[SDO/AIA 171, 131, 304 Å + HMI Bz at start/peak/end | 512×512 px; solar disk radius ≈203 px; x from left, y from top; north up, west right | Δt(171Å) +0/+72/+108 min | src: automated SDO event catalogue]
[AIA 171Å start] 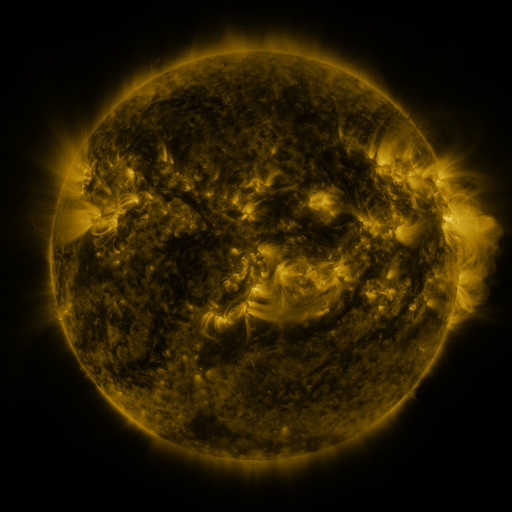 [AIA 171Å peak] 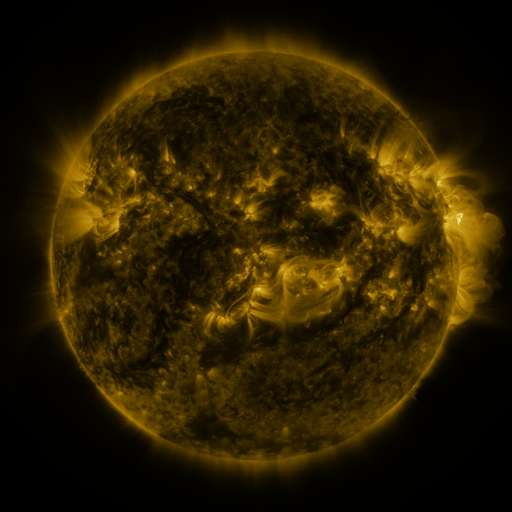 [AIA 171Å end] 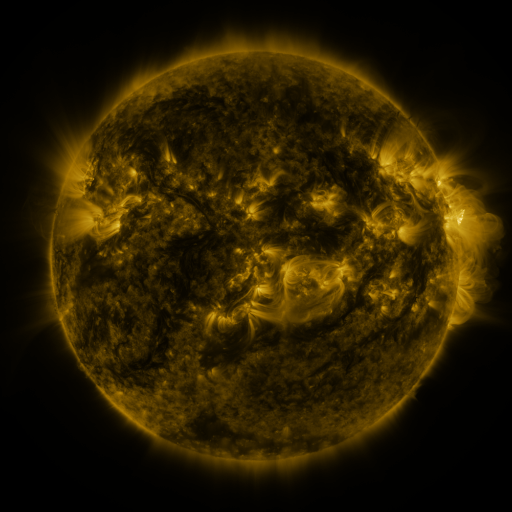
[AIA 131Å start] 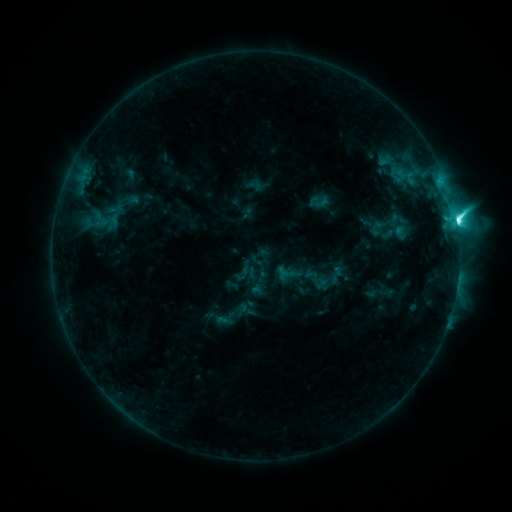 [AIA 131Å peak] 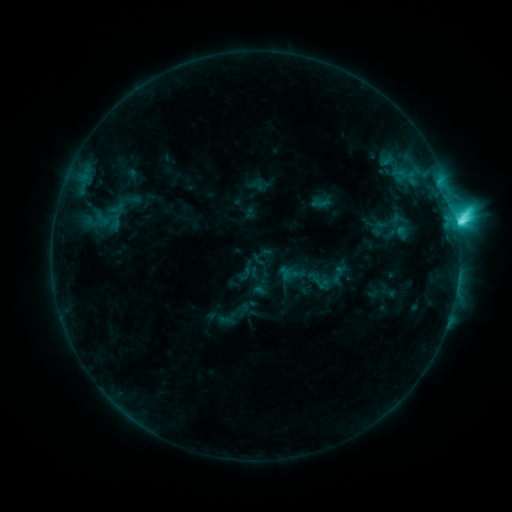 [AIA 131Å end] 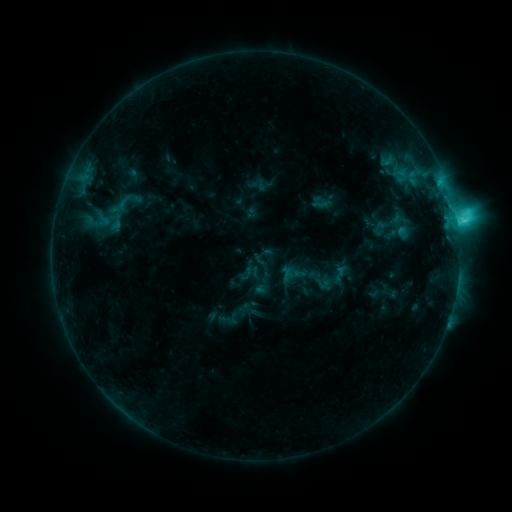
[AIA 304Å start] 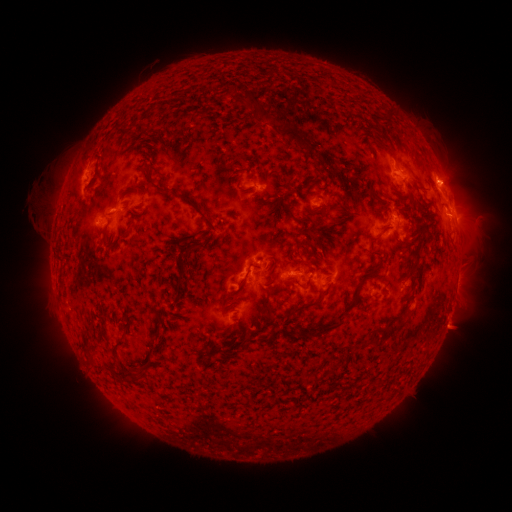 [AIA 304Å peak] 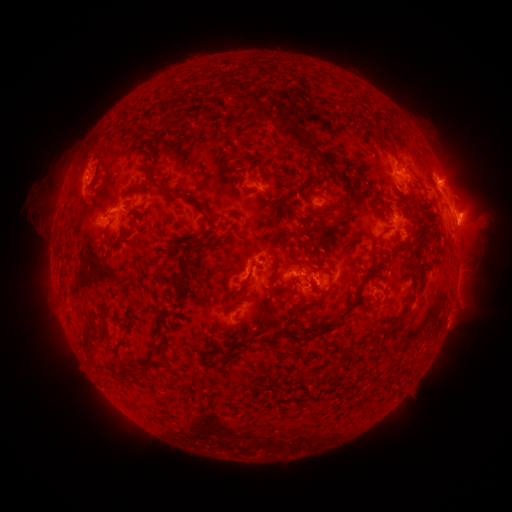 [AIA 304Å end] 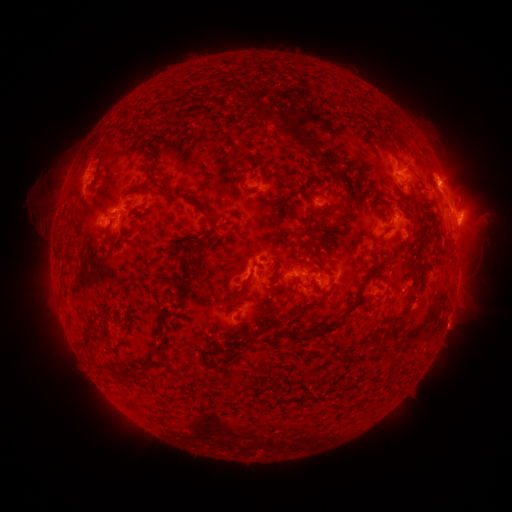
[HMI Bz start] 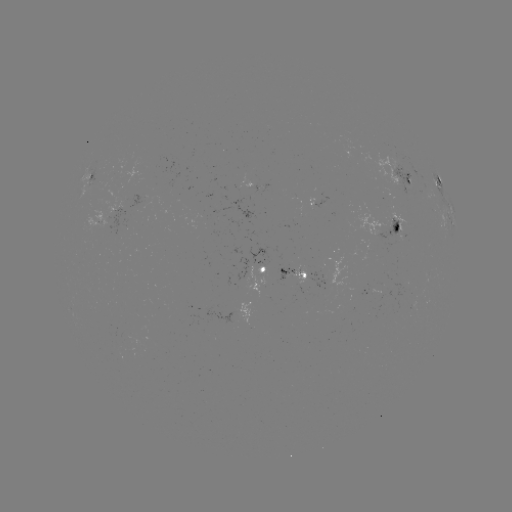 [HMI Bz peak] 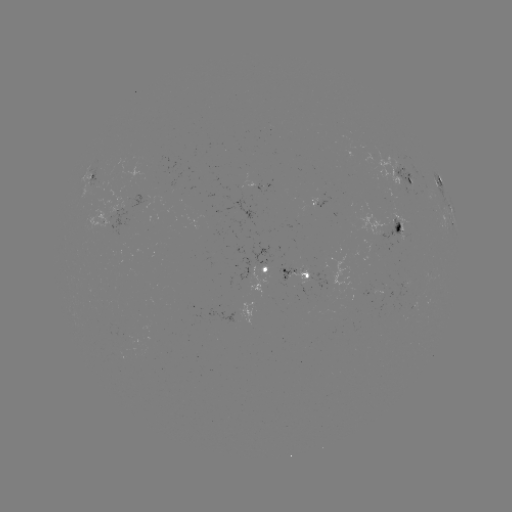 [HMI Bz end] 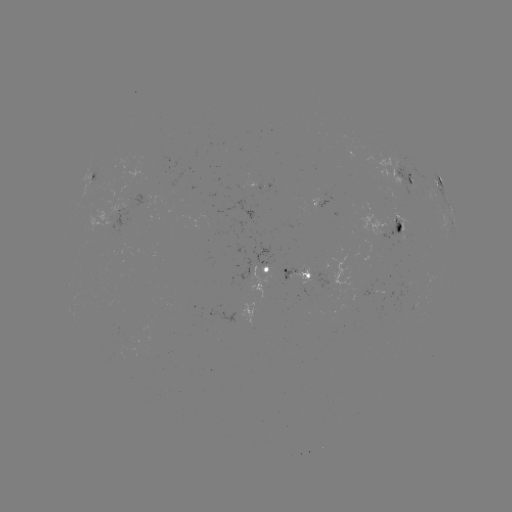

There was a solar emerging-flux region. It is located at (391, 223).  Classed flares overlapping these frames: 1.